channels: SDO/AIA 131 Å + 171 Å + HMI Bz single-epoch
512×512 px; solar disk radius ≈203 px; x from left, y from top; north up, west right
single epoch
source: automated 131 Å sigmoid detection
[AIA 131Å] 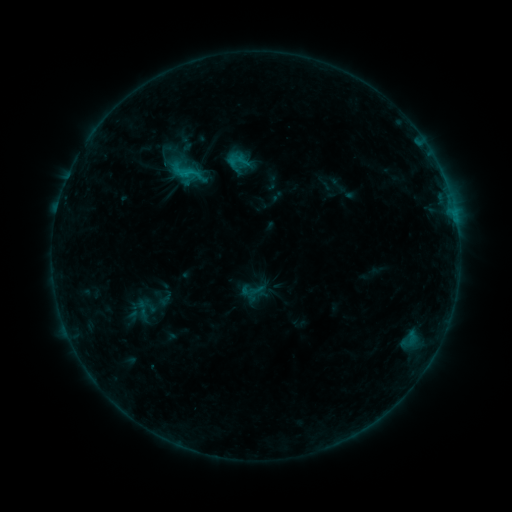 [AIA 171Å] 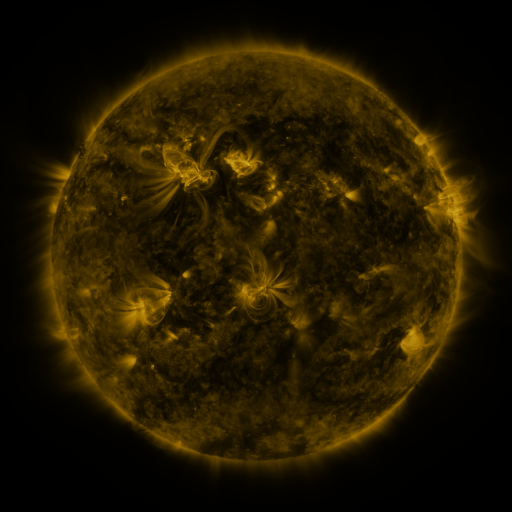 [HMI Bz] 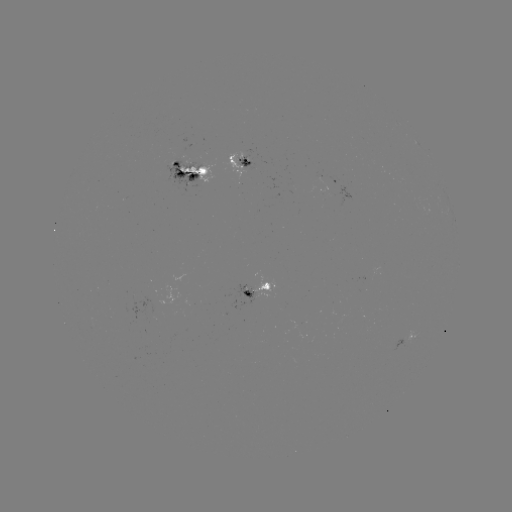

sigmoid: (174, 159, 199, 185)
